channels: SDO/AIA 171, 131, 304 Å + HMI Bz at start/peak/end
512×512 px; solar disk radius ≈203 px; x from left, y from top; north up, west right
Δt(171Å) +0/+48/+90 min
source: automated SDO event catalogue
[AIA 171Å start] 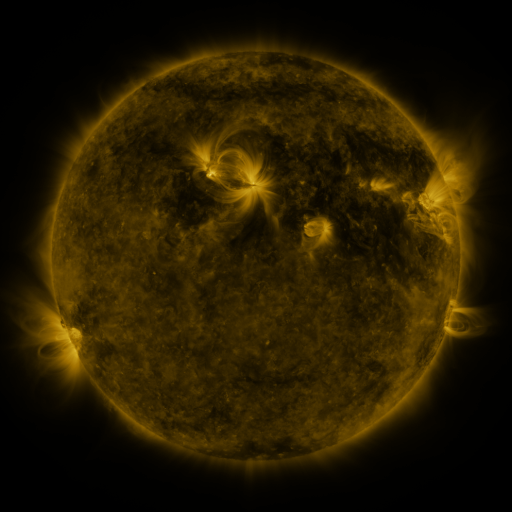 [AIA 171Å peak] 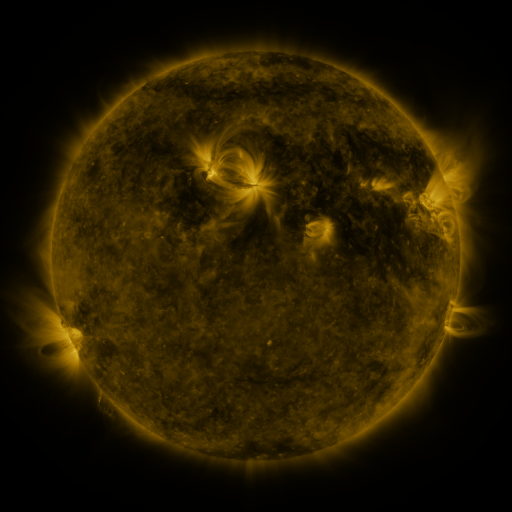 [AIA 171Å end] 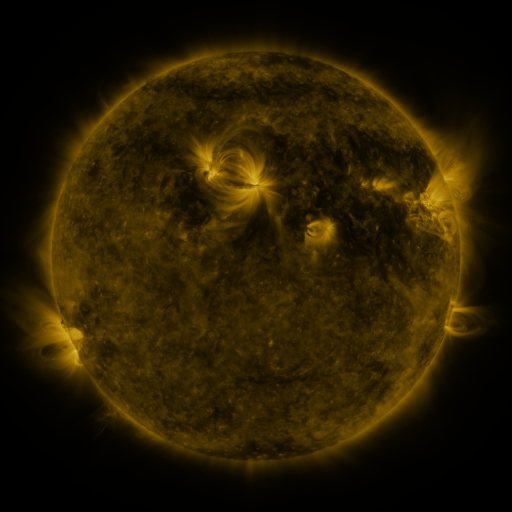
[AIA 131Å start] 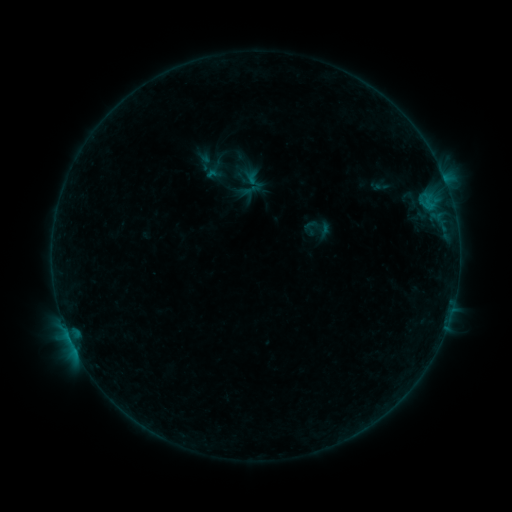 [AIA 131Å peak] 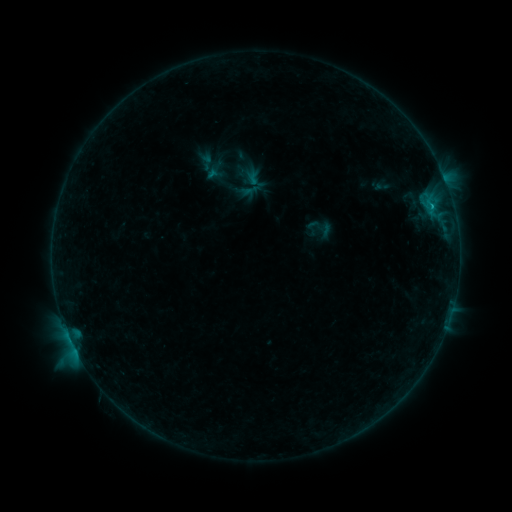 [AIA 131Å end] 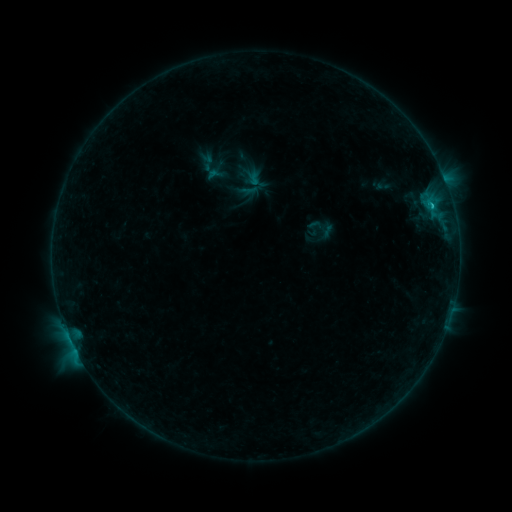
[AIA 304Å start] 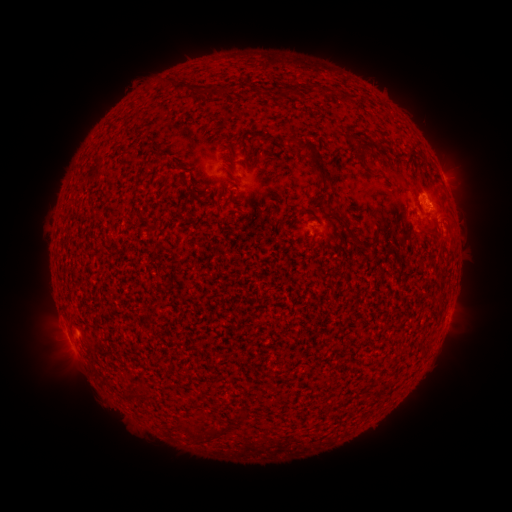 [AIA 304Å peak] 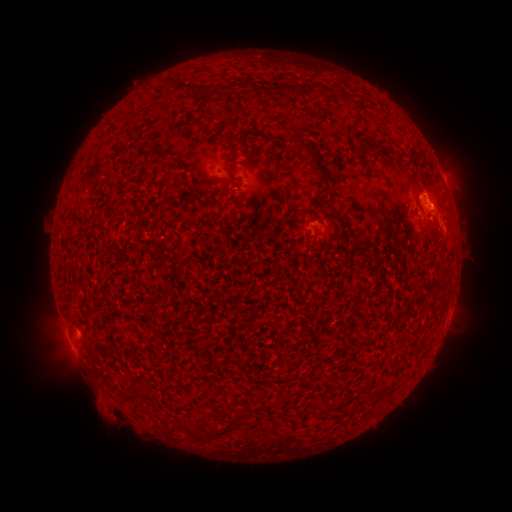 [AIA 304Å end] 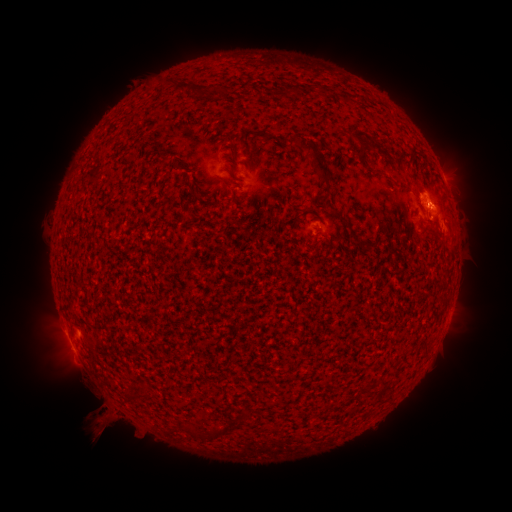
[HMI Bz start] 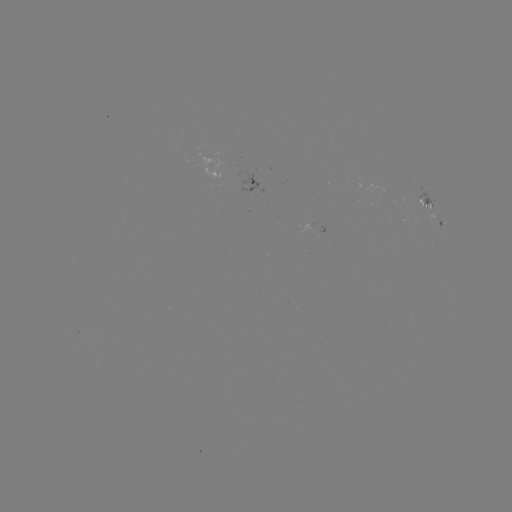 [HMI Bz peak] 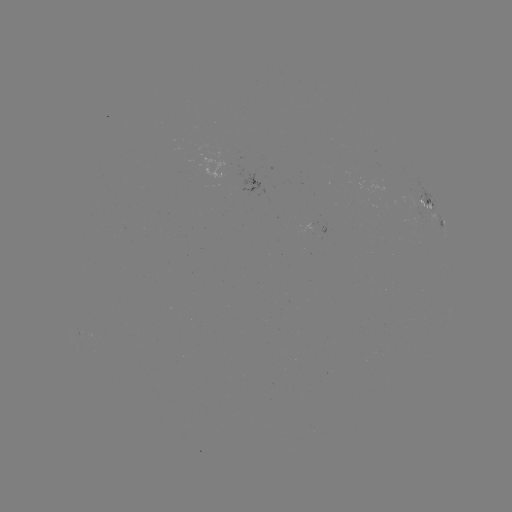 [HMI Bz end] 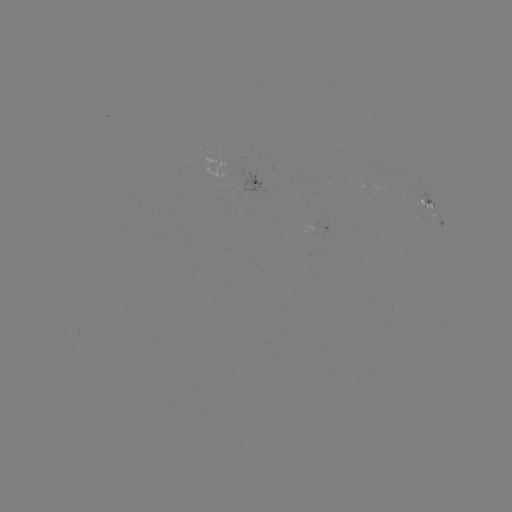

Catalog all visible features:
B6.7 flare: (70, 339)
